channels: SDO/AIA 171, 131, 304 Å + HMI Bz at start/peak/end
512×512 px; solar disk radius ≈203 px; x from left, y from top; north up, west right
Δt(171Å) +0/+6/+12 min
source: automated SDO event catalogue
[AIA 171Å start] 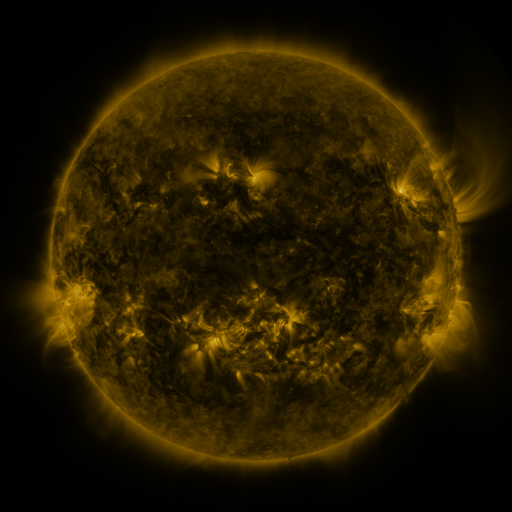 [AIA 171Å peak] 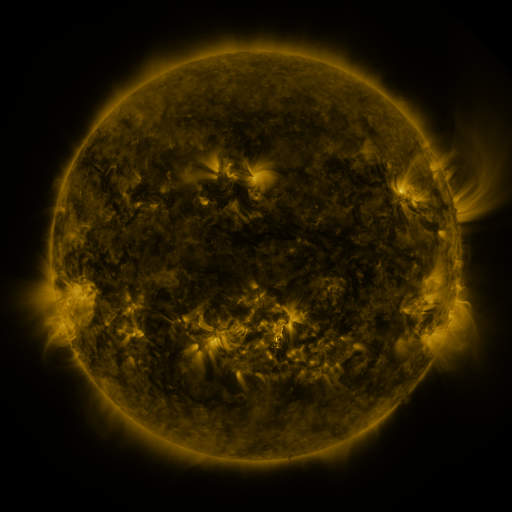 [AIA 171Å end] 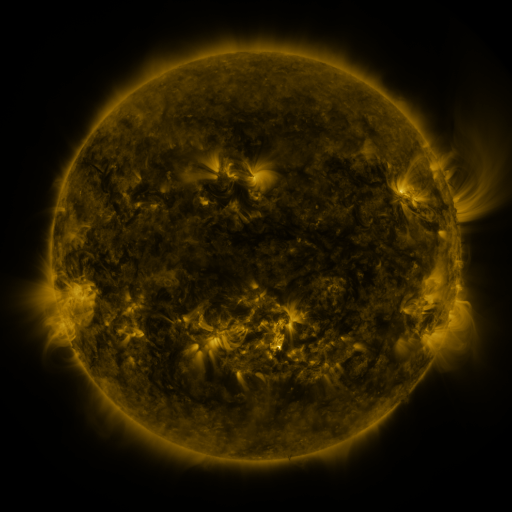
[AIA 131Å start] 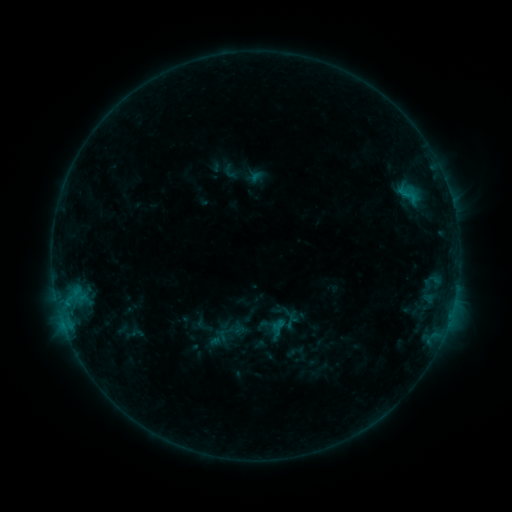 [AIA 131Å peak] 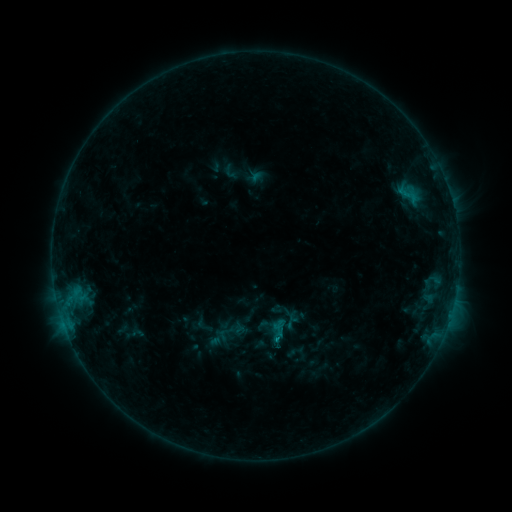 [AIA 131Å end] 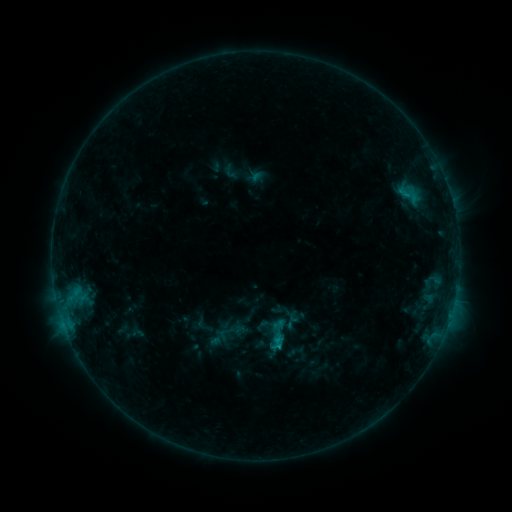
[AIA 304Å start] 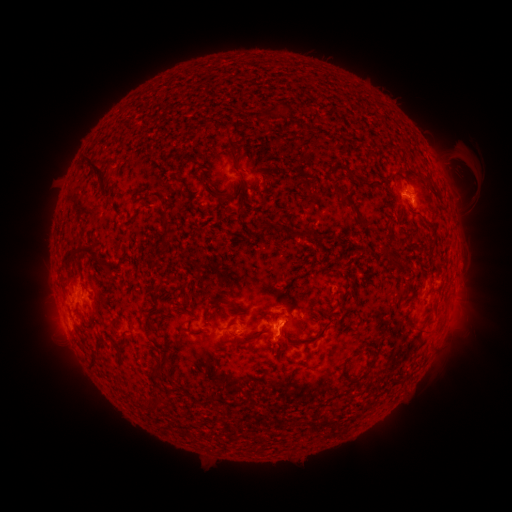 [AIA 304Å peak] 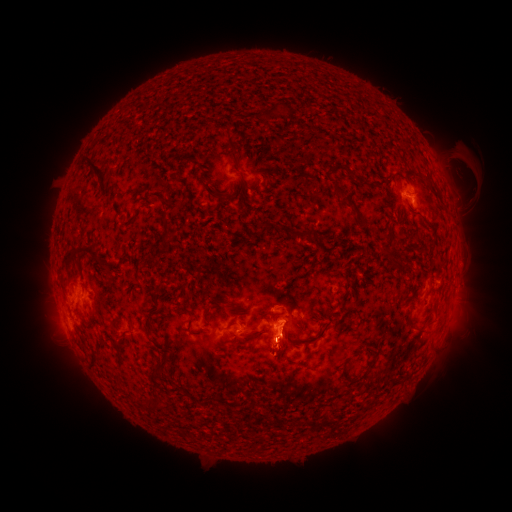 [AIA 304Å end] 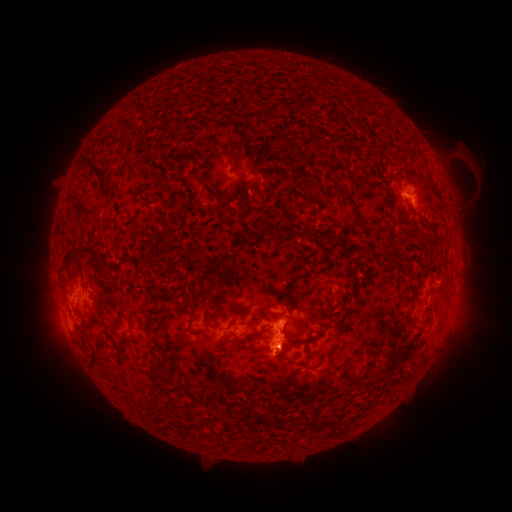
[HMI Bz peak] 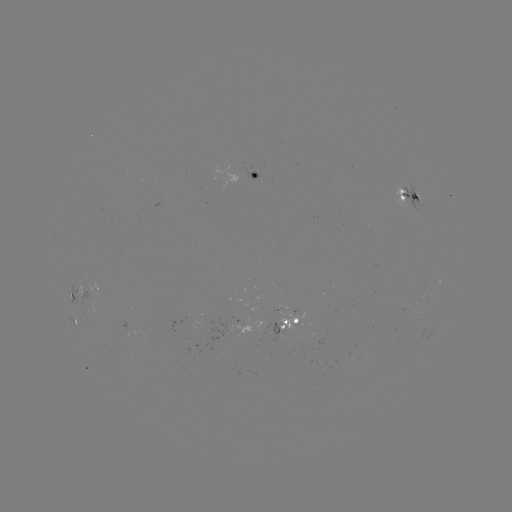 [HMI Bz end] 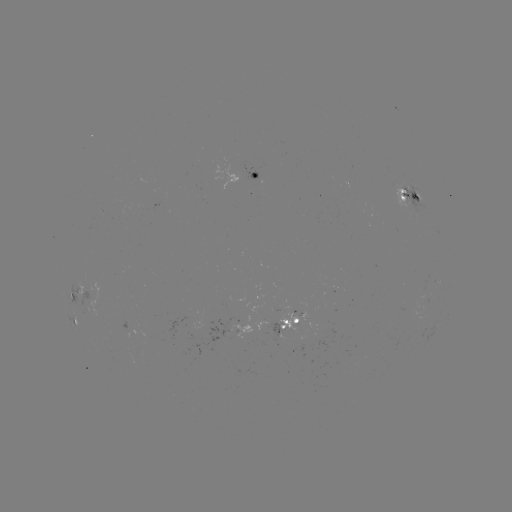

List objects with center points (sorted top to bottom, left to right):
eruption: (282, 347)
